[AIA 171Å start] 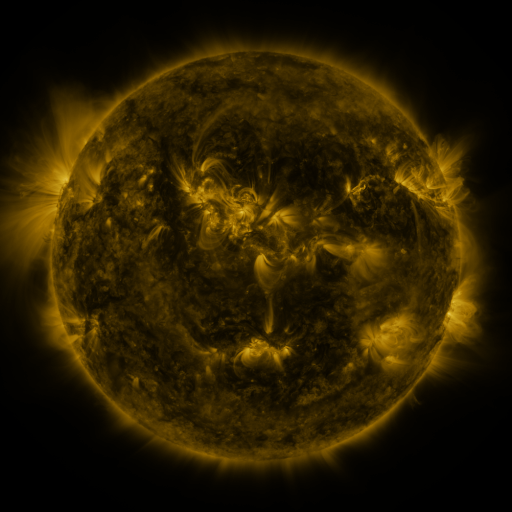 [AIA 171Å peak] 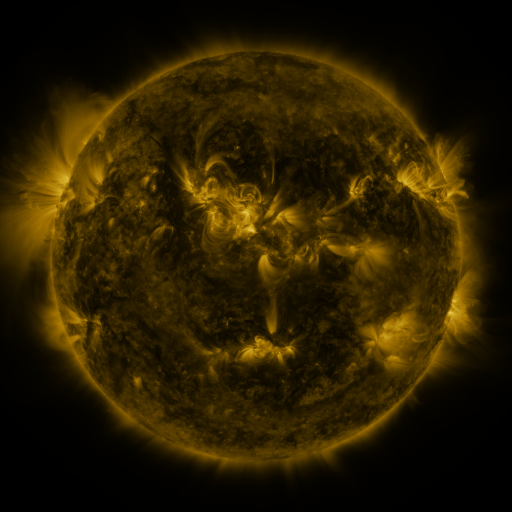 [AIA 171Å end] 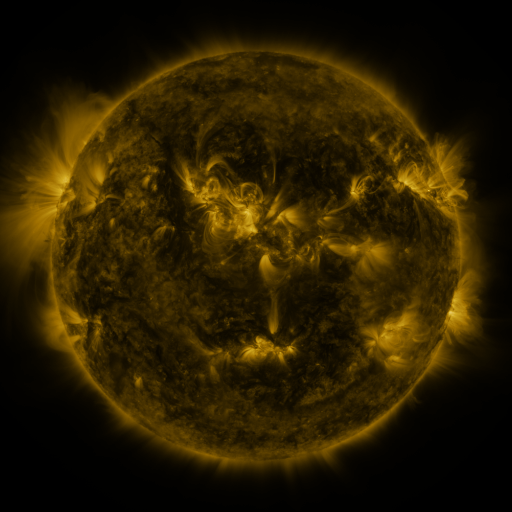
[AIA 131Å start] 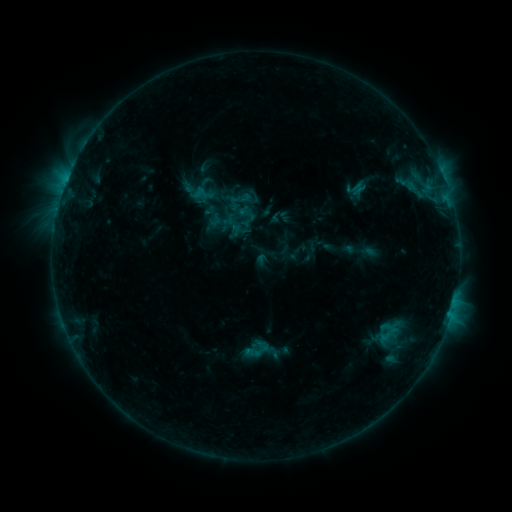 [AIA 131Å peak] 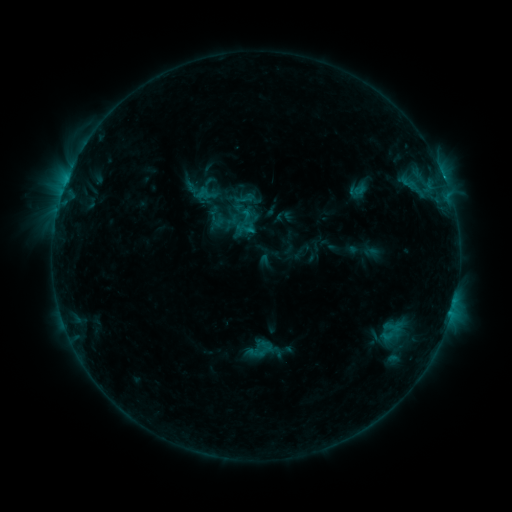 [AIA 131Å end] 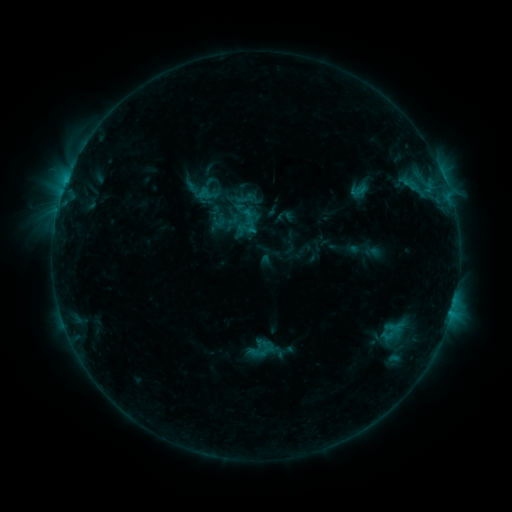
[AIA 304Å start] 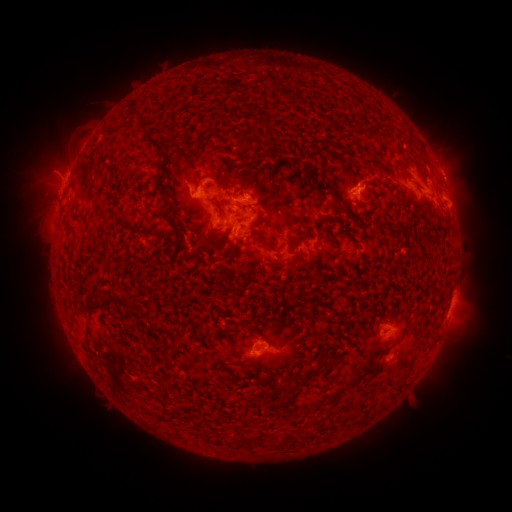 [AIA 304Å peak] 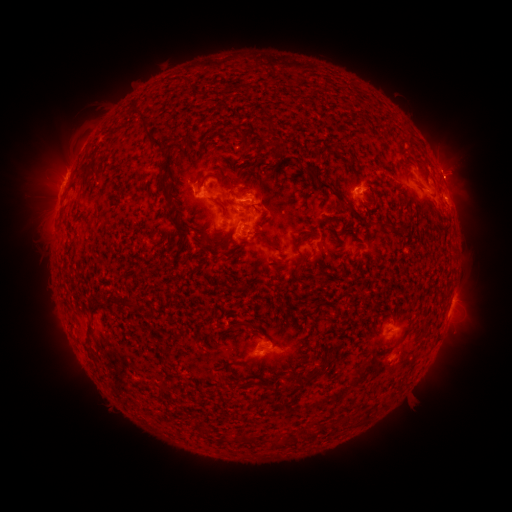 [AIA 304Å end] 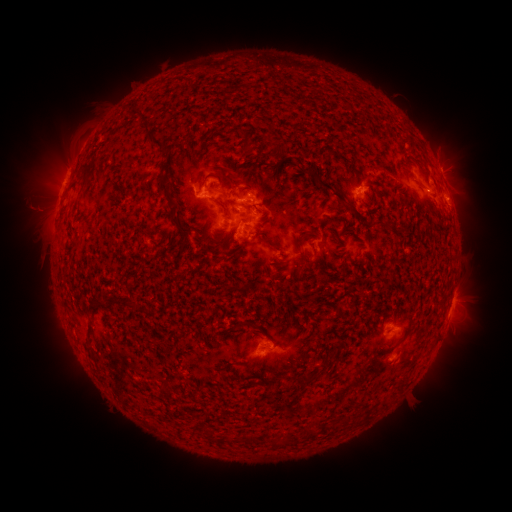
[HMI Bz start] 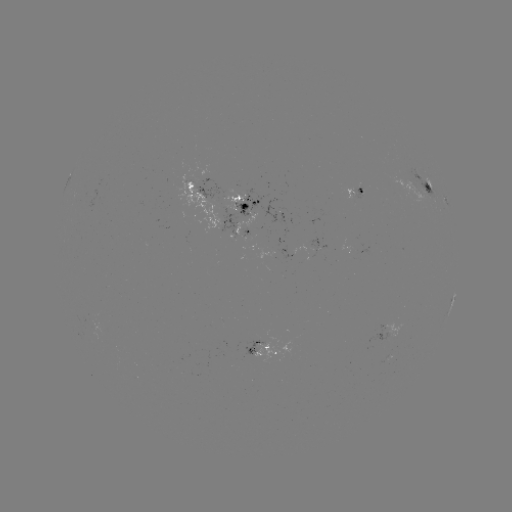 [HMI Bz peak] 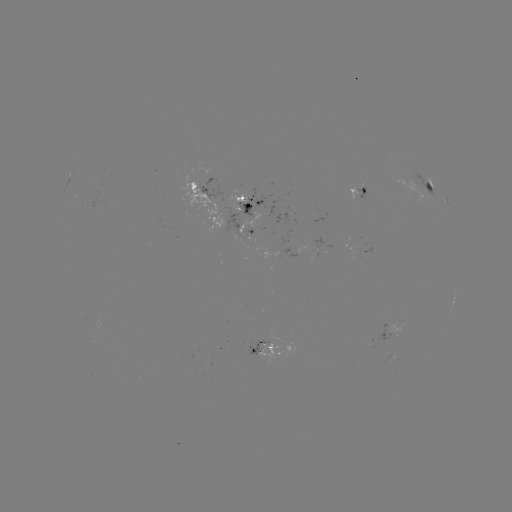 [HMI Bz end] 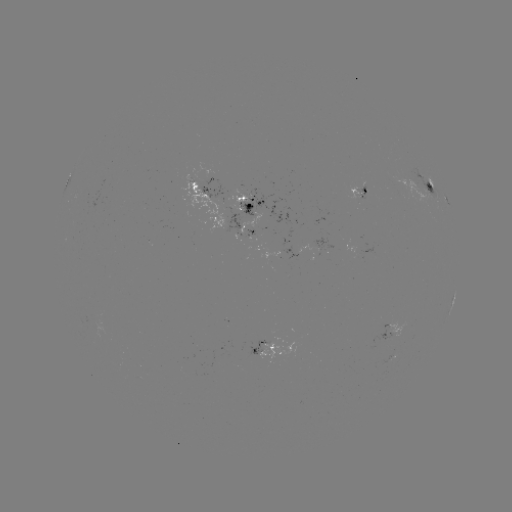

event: emerging-flux region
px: (363, 187)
